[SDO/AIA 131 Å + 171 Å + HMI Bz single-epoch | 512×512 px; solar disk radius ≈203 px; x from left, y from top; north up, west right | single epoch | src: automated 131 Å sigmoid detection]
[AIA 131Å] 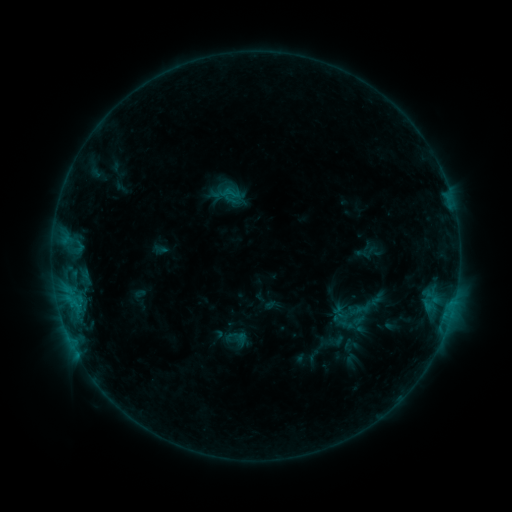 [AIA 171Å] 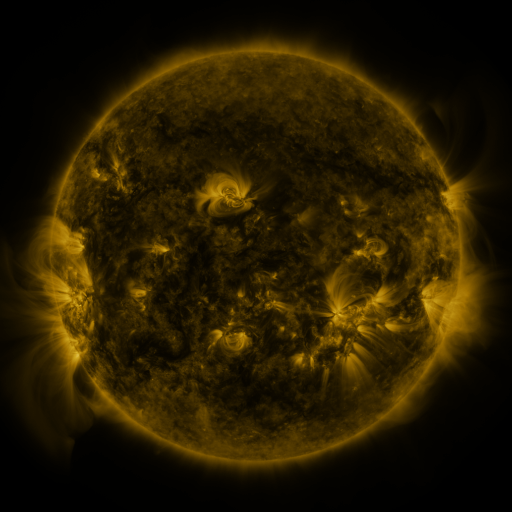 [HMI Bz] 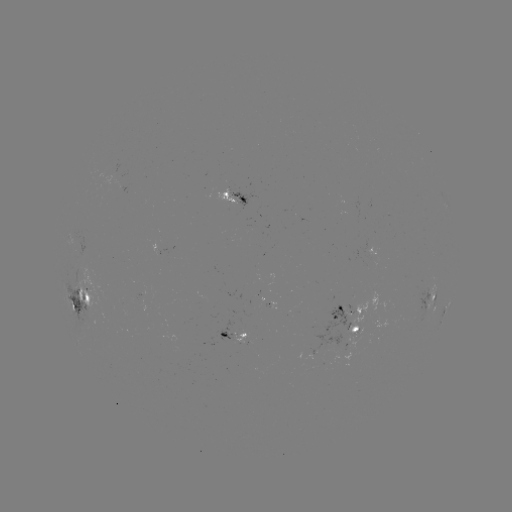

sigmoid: <bbox>220, 183, 240, 203</bbox>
